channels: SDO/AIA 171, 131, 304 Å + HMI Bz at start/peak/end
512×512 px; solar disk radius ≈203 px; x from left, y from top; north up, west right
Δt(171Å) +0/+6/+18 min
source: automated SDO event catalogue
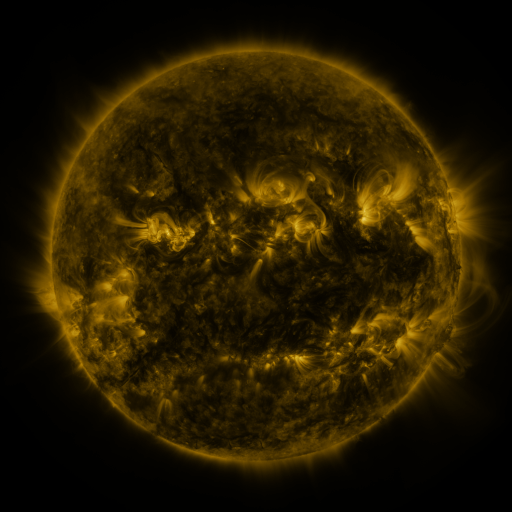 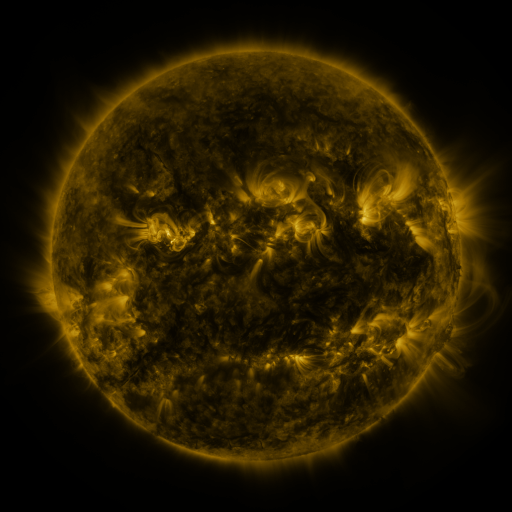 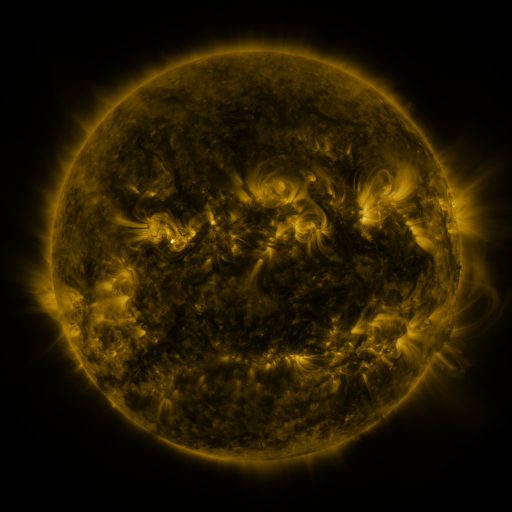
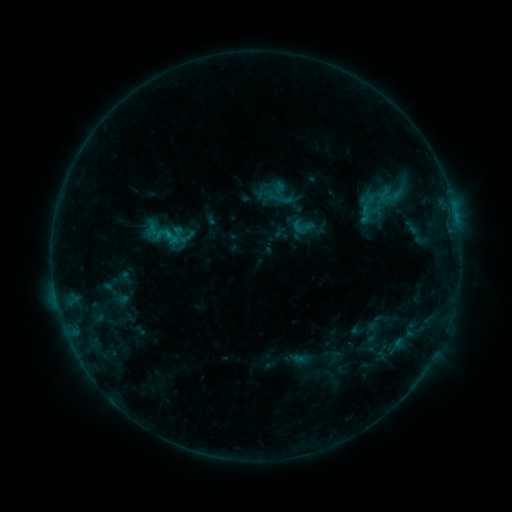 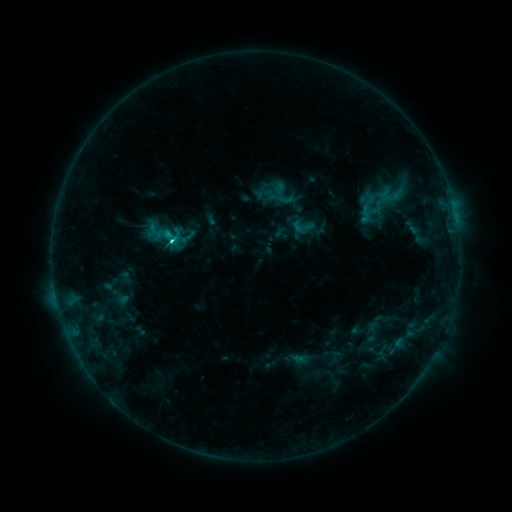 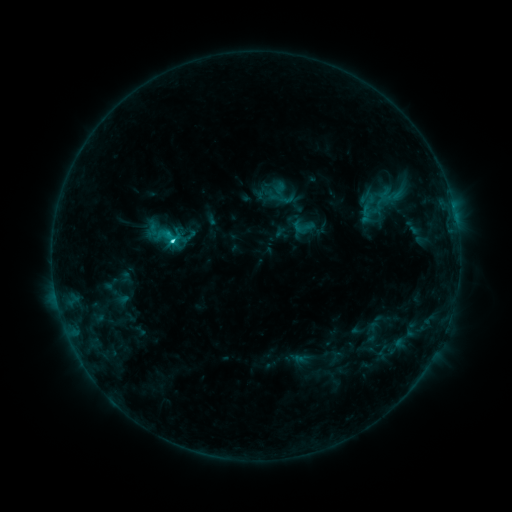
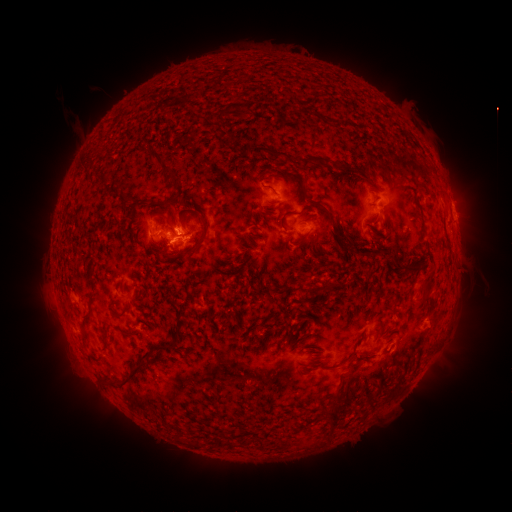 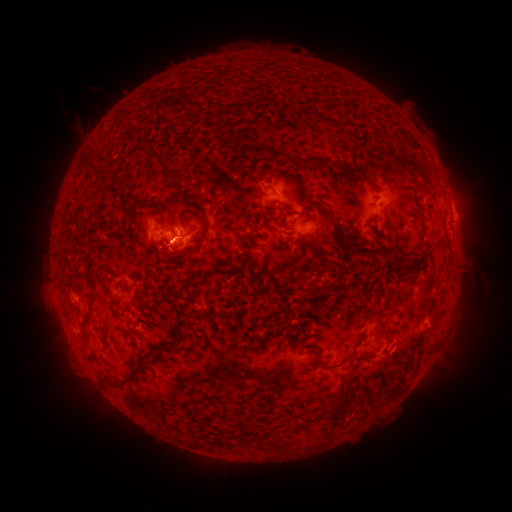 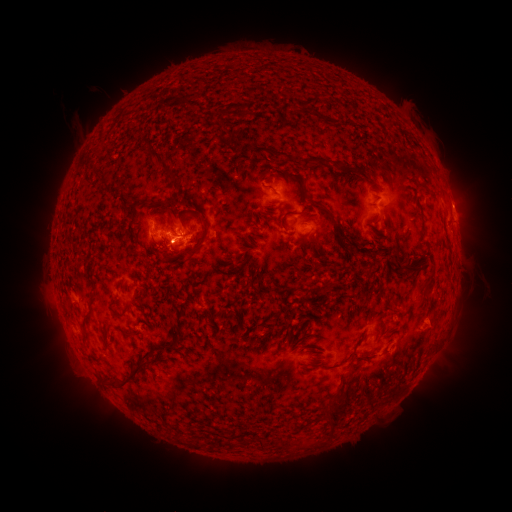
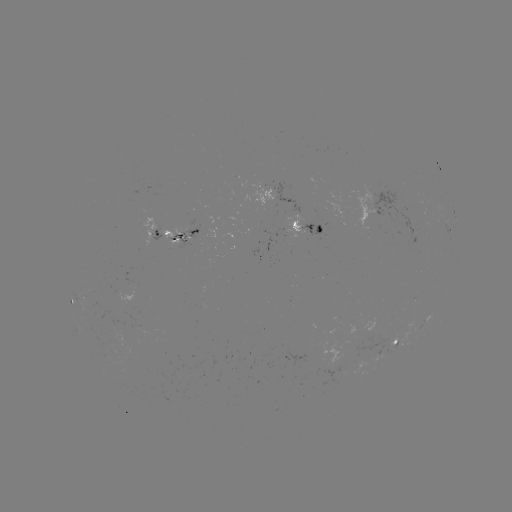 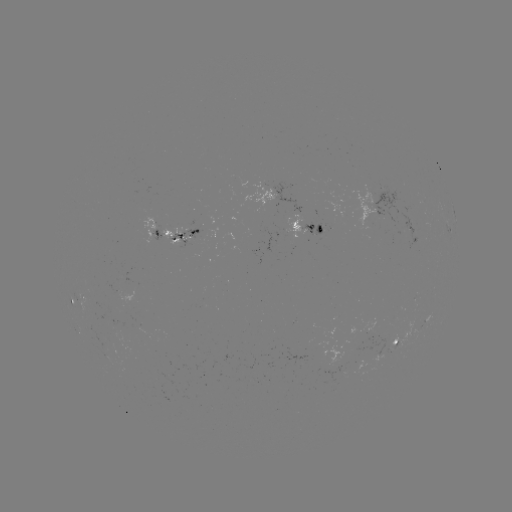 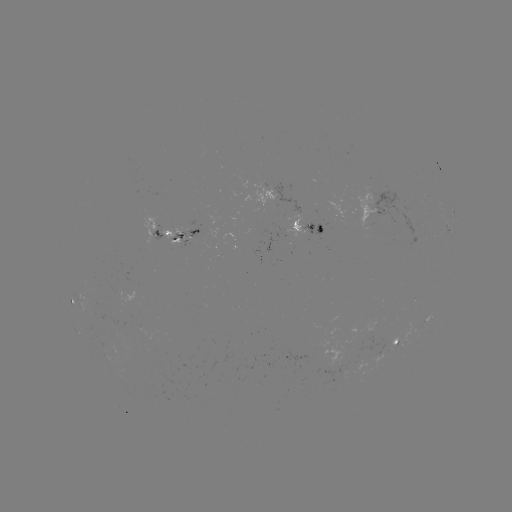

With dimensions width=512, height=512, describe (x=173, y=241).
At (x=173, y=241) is C3.9 flare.